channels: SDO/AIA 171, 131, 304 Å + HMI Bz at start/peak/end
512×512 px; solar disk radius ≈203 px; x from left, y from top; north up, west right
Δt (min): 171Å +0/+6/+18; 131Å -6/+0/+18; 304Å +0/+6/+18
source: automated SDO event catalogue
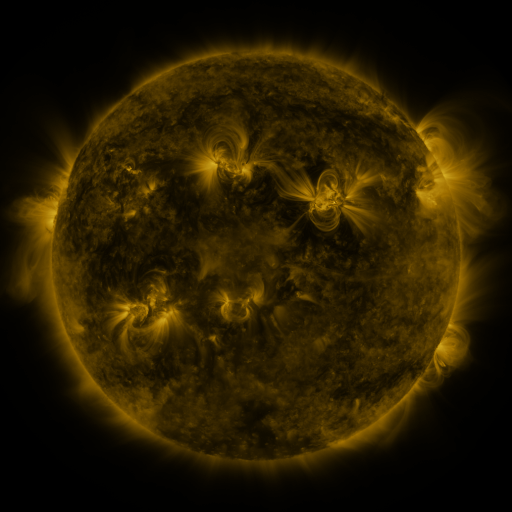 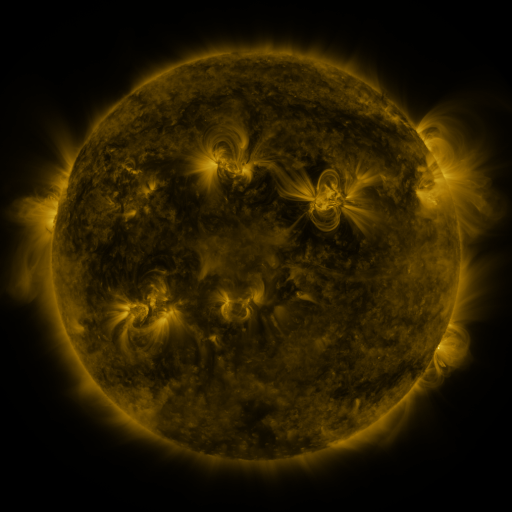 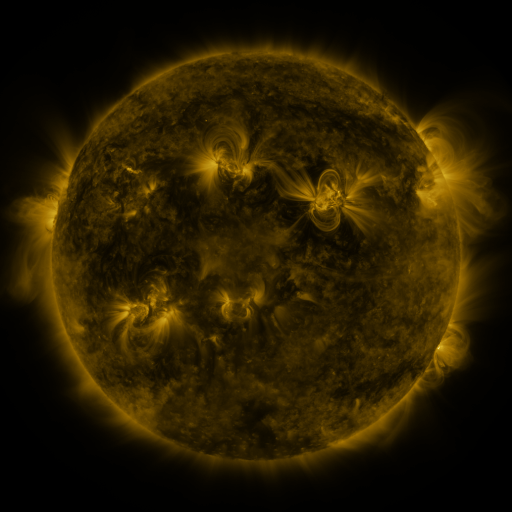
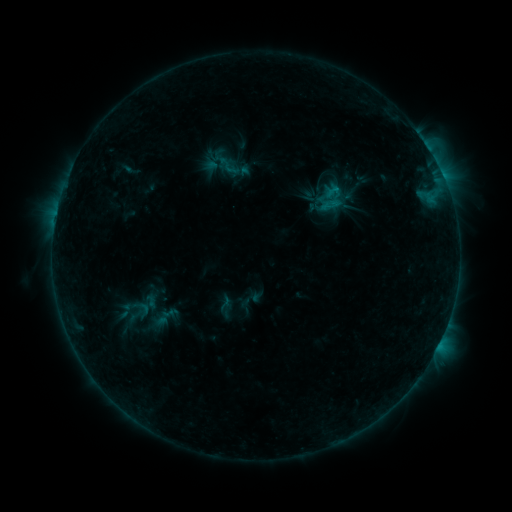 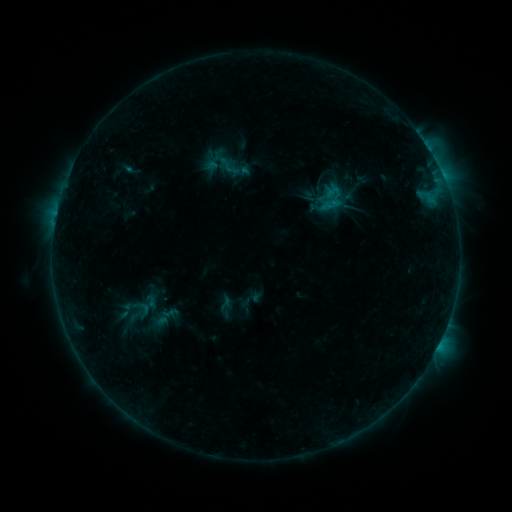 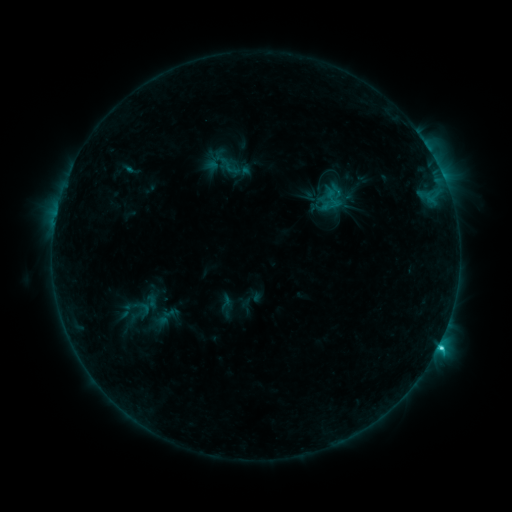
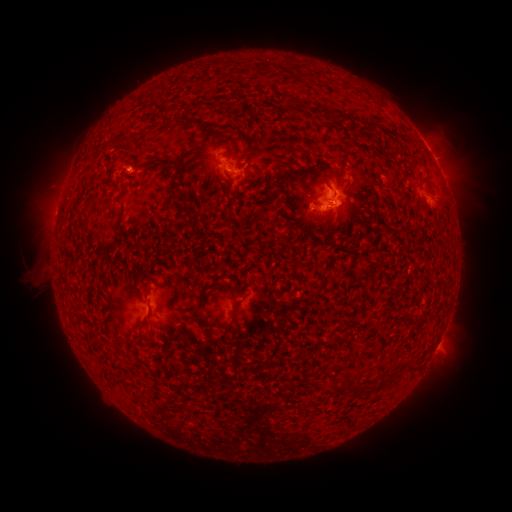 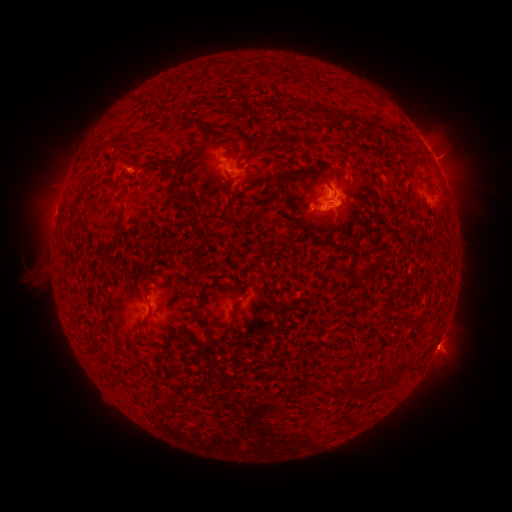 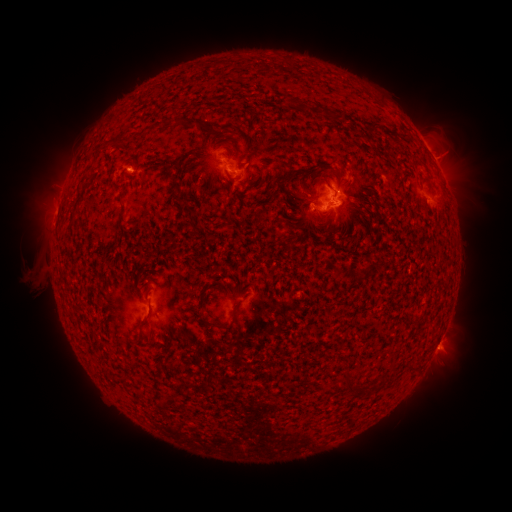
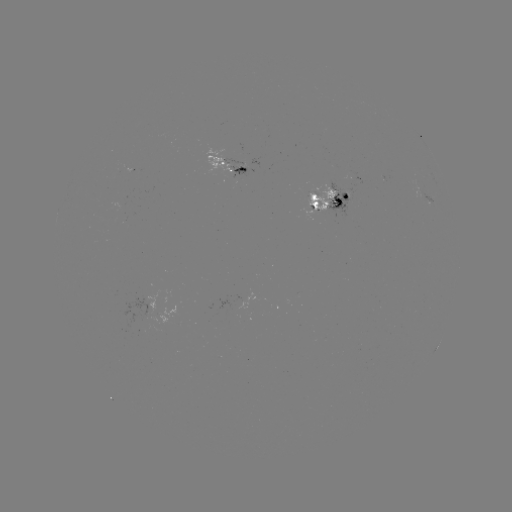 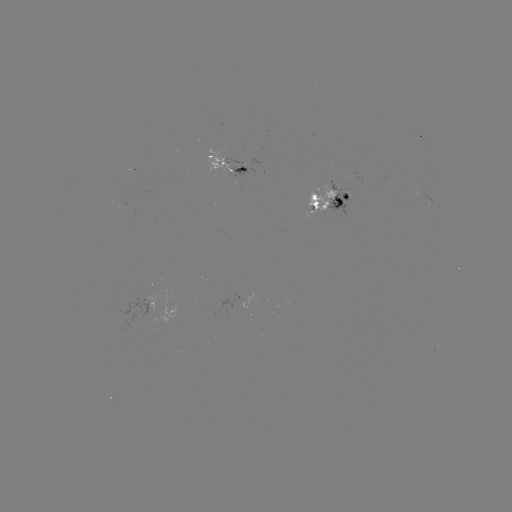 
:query C4.0 flare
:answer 328,210